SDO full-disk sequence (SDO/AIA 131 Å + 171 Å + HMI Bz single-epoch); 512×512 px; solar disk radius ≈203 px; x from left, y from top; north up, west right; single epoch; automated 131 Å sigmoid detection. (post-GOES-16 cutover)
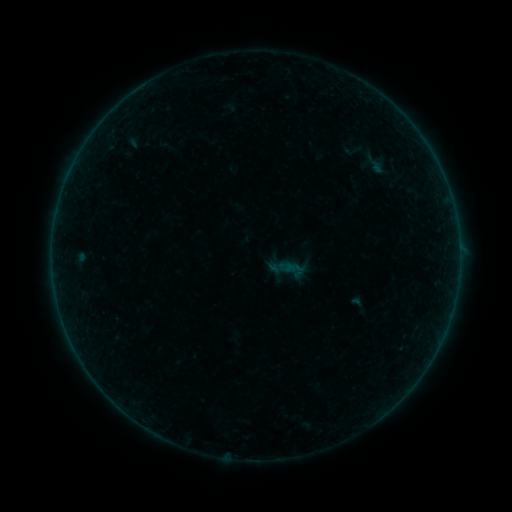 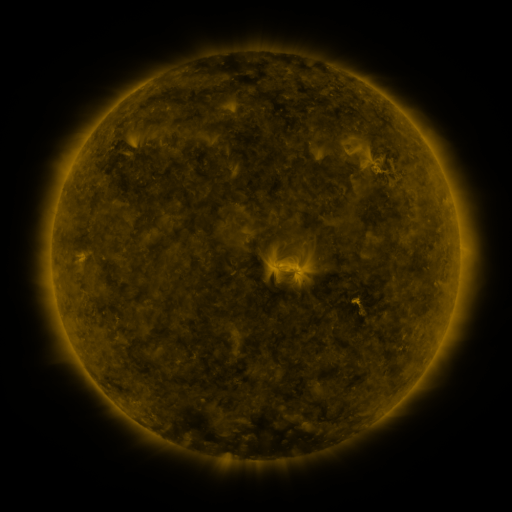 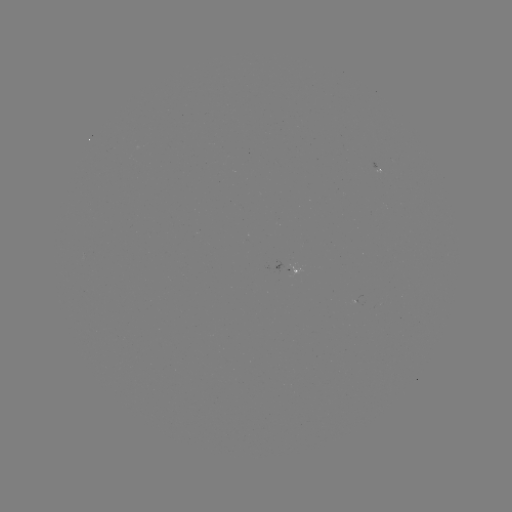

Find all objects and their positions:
sigmoid: [277, 254, 306, 284]
sigmoid: [347, 292, 369, 316]
